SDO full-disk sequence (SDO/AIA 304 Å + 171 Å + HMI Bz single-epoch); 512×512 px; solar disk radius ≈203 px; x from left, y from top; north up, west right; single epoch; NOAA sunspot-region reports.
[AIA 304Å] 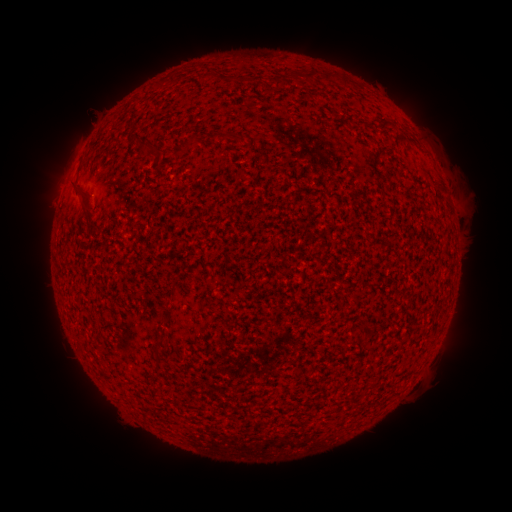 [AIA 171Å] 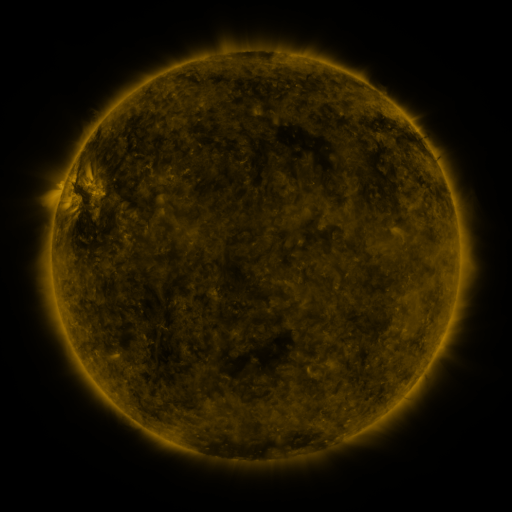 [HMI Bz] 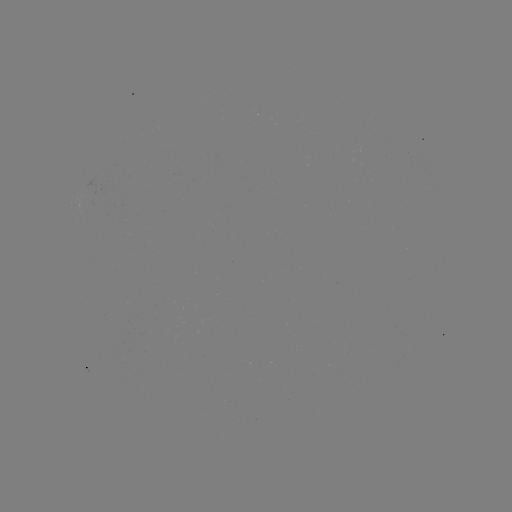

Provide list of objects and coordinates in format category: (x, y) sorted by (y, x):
(none)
